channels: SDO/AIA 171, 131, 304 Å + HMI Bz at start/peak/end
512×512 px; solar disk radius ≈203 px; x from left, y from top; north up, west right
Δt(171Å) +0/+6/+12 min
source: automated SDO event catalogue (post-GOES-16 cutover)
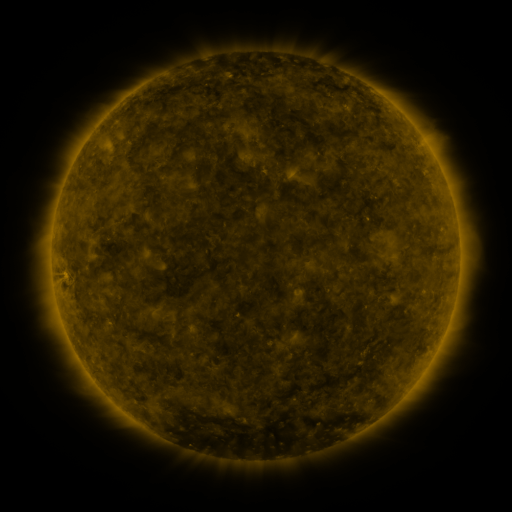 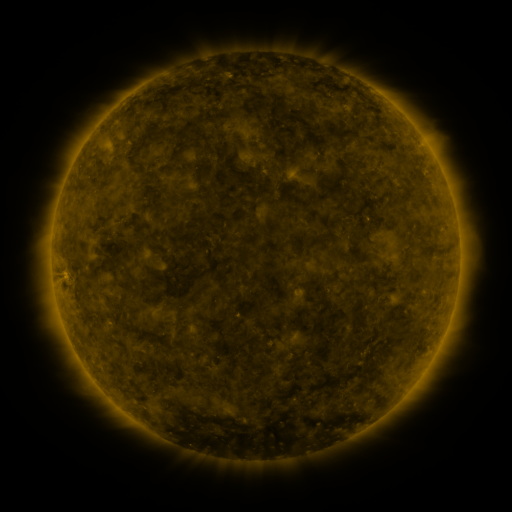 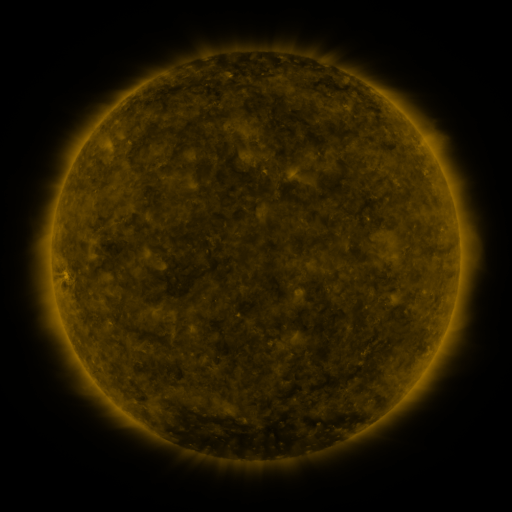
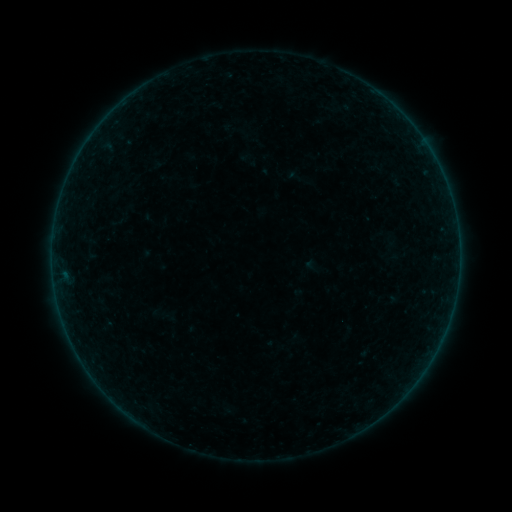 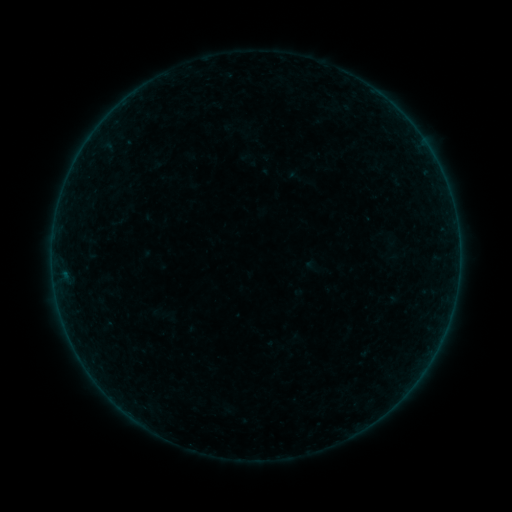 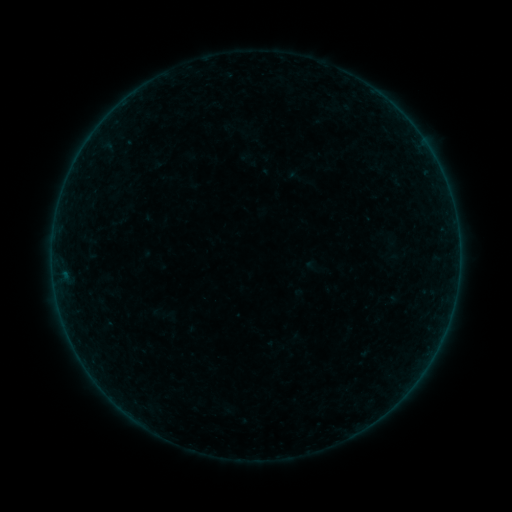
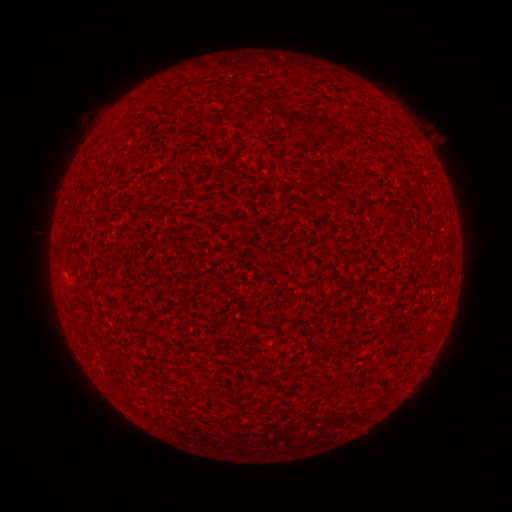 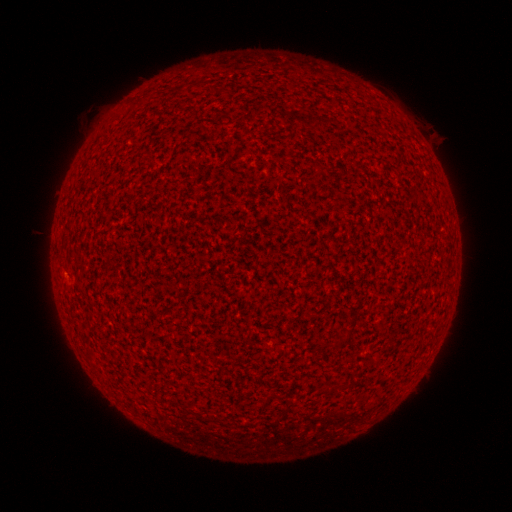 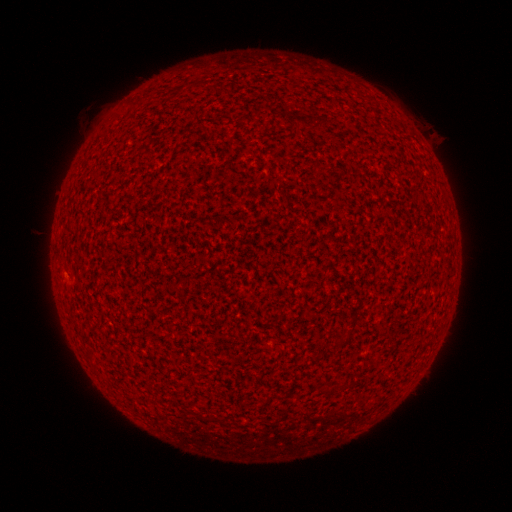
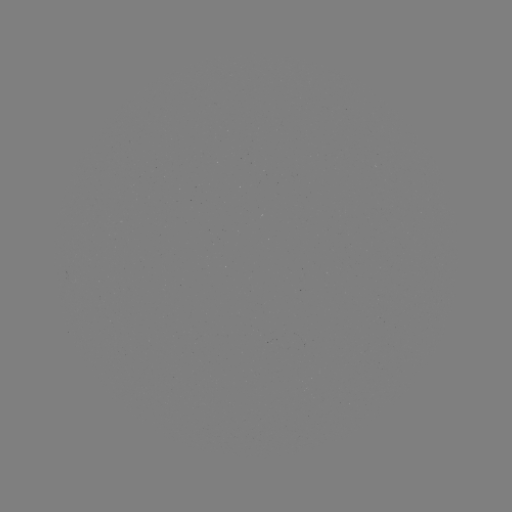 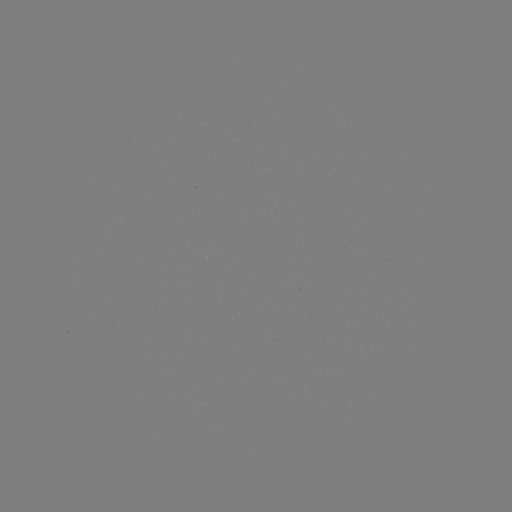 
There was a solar flare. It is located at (65, 271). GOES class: A2.8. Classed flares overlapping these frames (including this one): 1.